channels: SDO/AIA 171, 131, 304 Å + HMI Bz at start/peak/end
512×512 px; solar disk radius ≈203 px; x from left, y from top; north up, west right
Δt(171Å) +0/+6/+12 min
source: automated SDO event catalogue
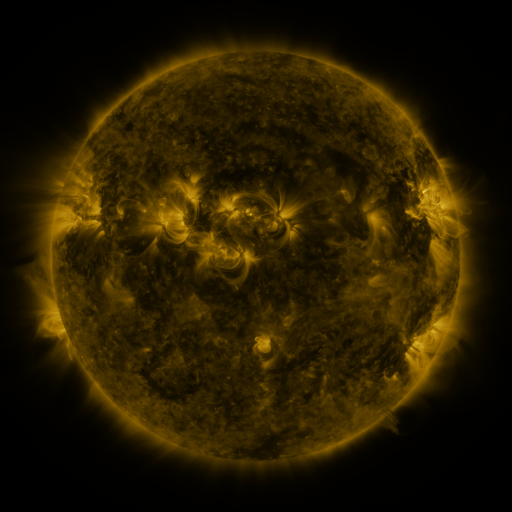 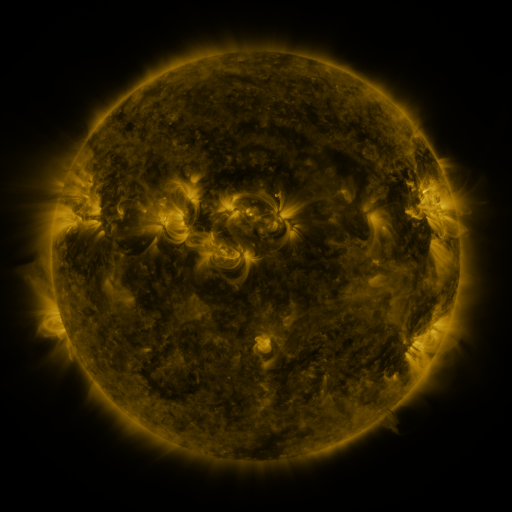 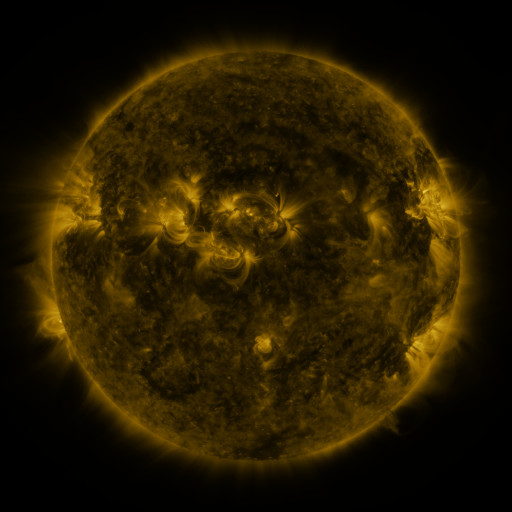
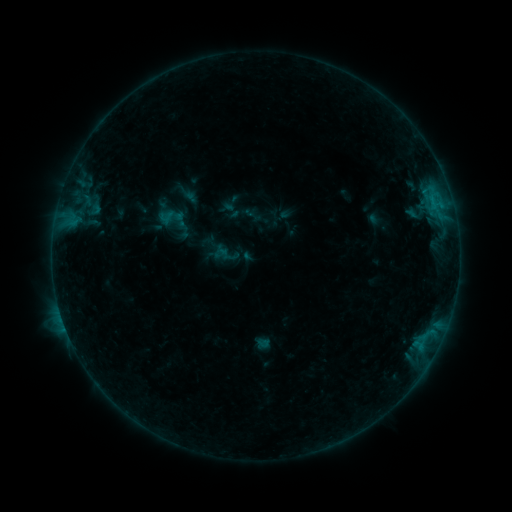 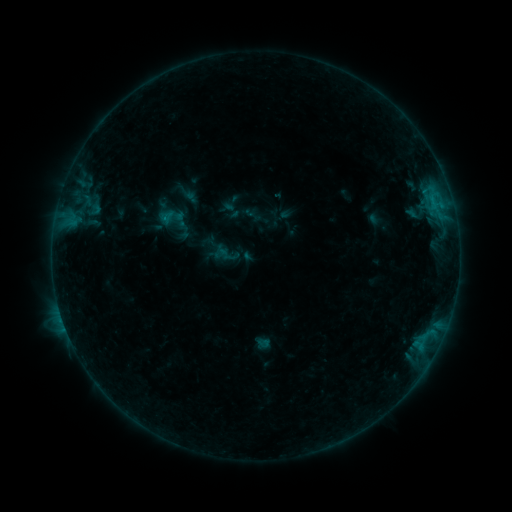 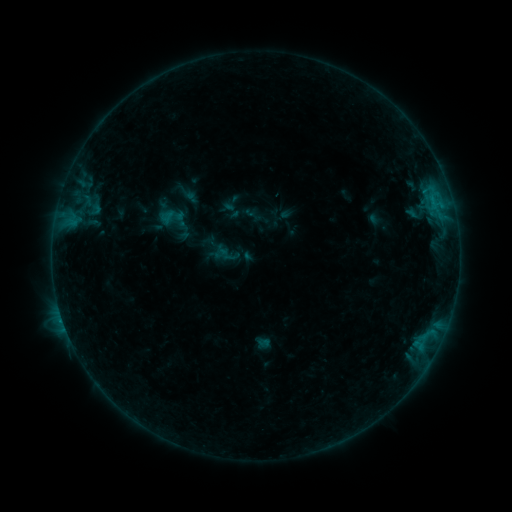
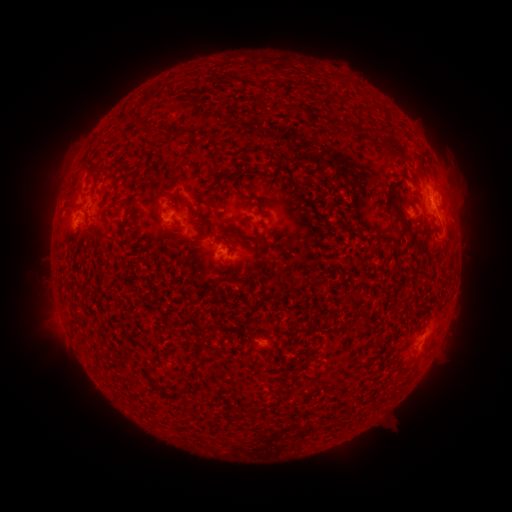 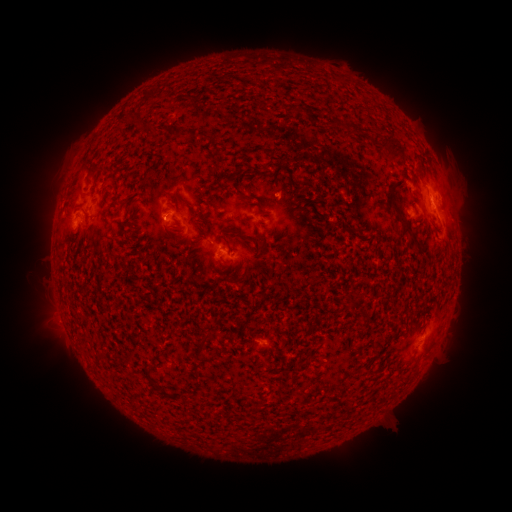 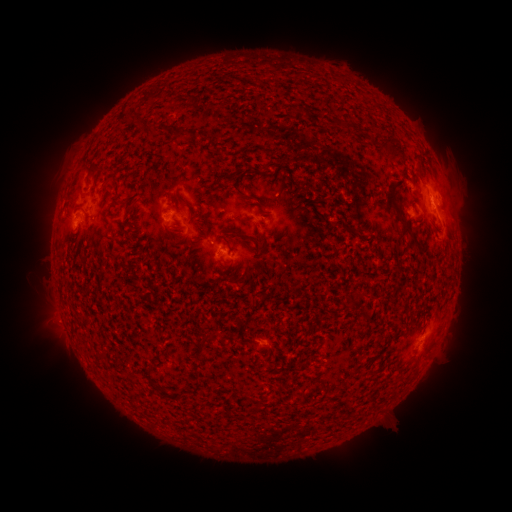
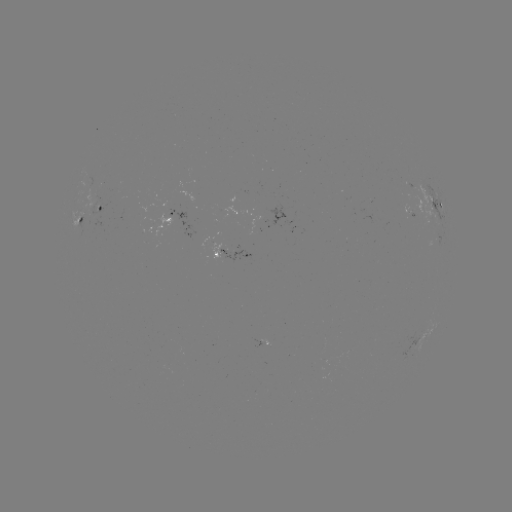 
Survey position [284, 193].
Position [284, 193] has eruption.